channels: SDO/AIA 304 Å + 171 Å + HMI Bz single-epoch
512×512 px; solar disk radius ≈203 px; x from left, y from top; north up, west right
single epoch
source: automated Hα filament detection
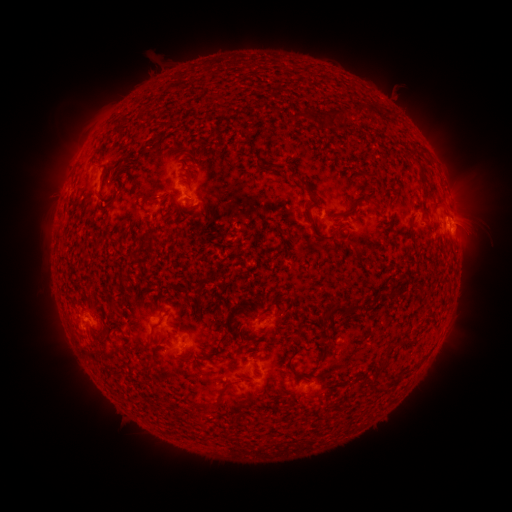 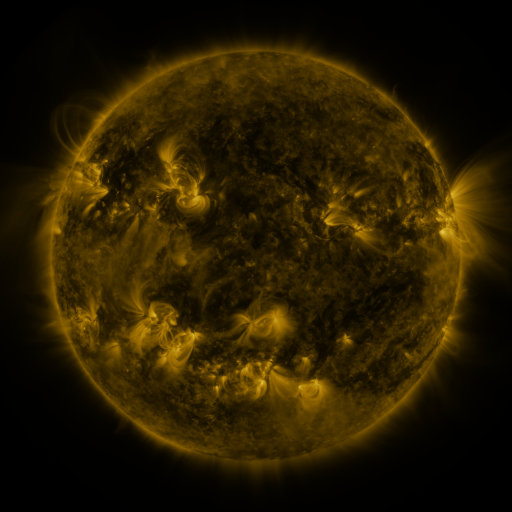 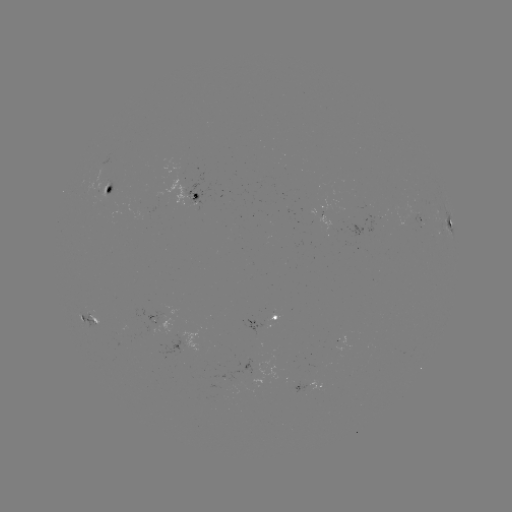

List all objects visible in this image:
filament: <bbox>355, 103, 379, 117</bbox>
filament: <bbox>327, 108, 348, 127</bbox>
filament: <bbox>290, 111, 302, 123</bbox>
filament: <bbox>237, 130, 249, 141</bbox>
filament: <bbox>414, 145, 424, 153</bbox>
filament: <bbox>411, 157, 426, 191</bbox>
filament: <bbox>261, 162, 274, 171</bbox>
filament: <bbox>296, 176, 309, 188</bbox>
filament: <bbox>350, 181, 359, 192</bbox>
filament: <bbox>140, 195, 159, 206</bbox>
filament: <bbox>366, 198, 377, 208</bbox>
filament: <bbox>338, 201, 360, 218</bbox>
filament: <bbox>430, 201, 440, 209</bbox>
filament: <bbox>161, 204, 178, 221</bbox>
filament: <bbox>304, 205, 335, 241</bbox>
filament: <bbox>366, 207, 382, 218</bbox>
filament: <bbox>405, 224, 414, 237</bbox>
filament: <bbox>278, 229, 292, 239</bbox>
filament: <bbox>321, 301, 352, 324</bbox>
filament: <bbox>208, 343, 224, 358</bbox>
filament: <bbox>375, 359, 388, 374</bbox>
filament: <bbox>142, 364, 151, 374</bbox>
filament: <bbox>265, 375, 274, 384</bbox>
filament: <bbox>377, 386, 388, 394</bbox>
filament: <bbox>199, 400, 219, 412</bbox>
filament: <bbox>188, 411, 195, 420</bbox>
